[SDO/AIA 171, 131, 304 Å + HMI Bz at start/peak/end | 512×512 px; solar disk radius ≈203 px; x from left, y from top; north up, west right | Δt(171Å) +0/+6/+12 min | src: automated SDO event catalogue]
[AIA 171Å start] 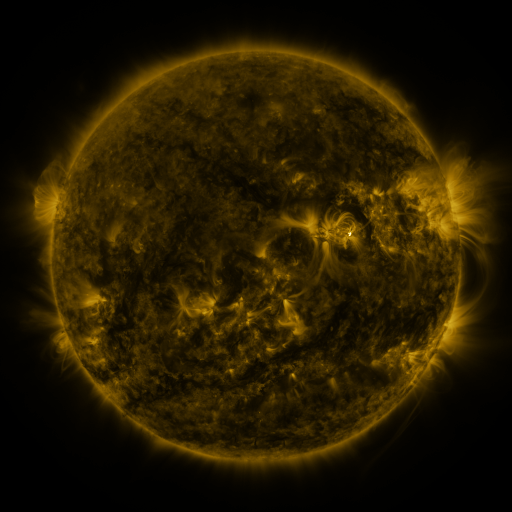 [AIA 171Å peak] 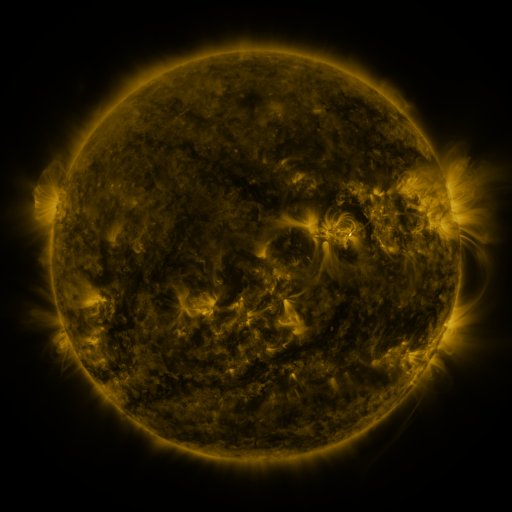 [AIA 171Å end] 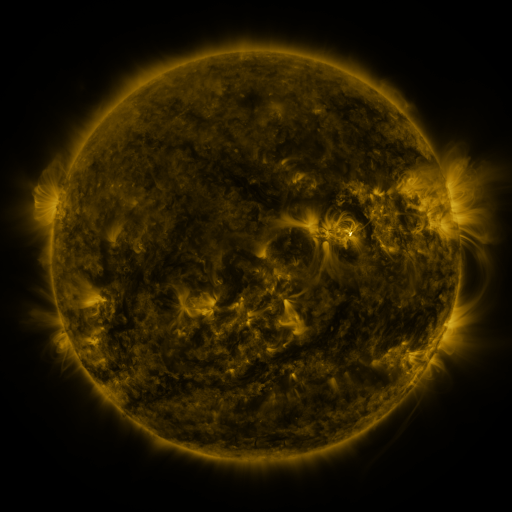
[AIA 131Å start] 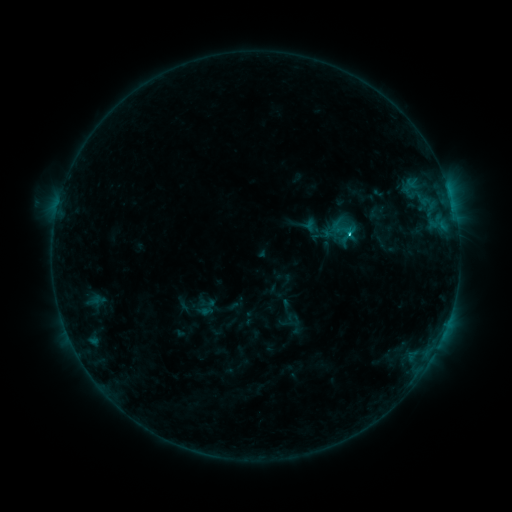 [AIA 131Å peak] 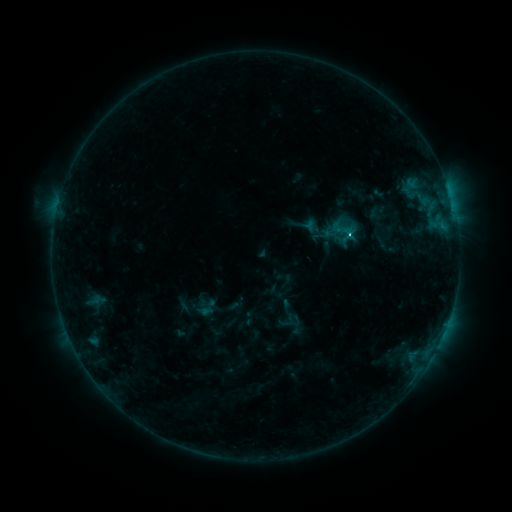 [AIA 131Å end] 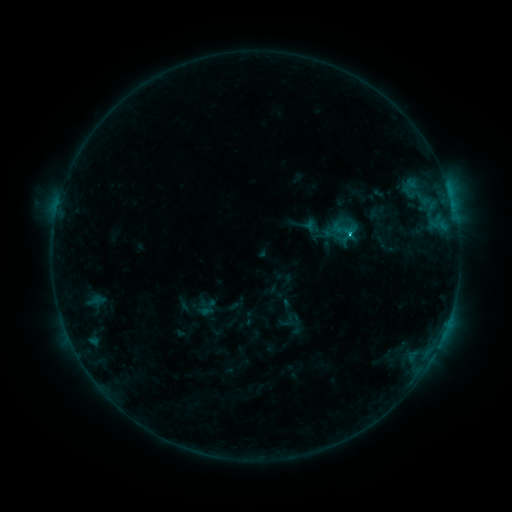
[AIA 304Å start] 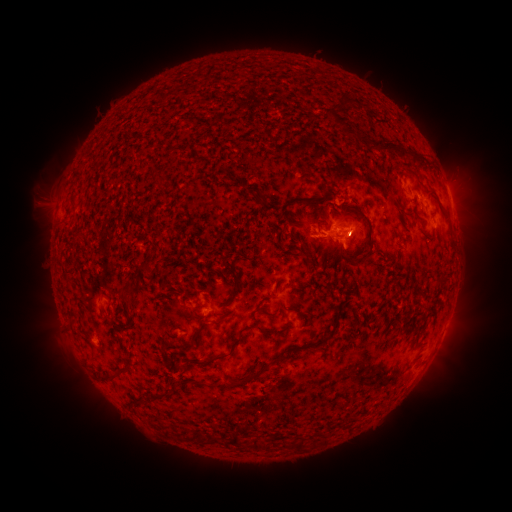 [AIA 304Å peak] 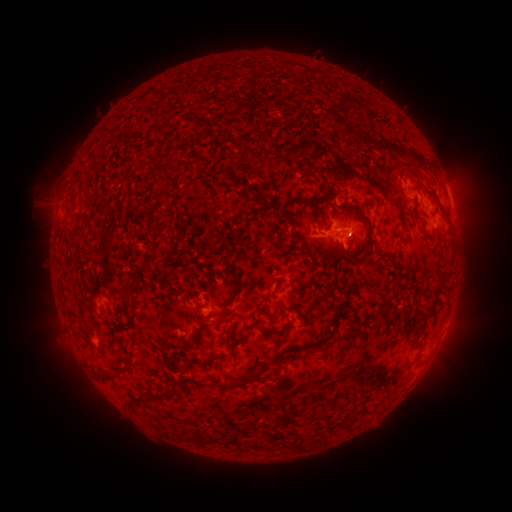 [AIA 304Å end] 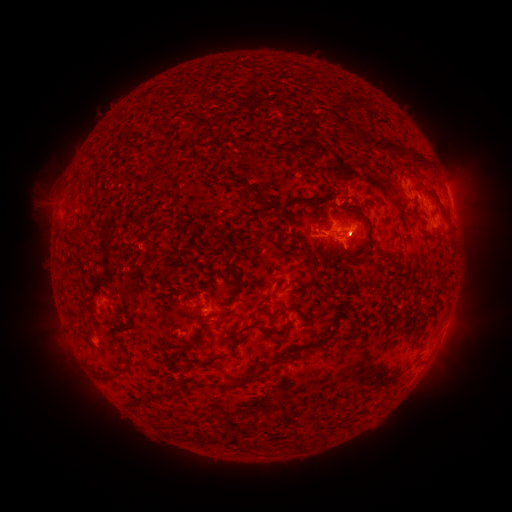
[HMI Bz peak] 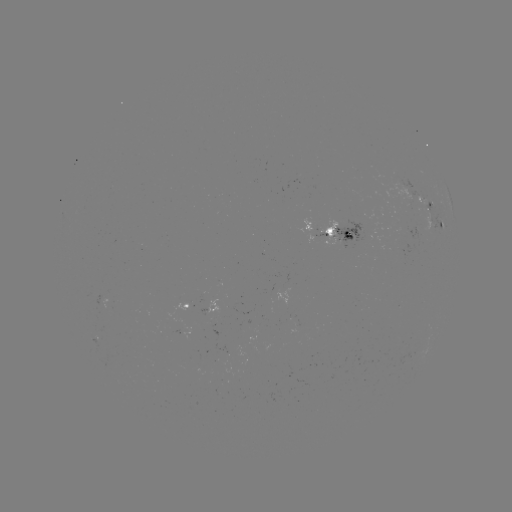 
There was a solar flare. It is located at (350, 229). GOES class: C1.2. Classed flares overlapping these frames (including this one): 2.